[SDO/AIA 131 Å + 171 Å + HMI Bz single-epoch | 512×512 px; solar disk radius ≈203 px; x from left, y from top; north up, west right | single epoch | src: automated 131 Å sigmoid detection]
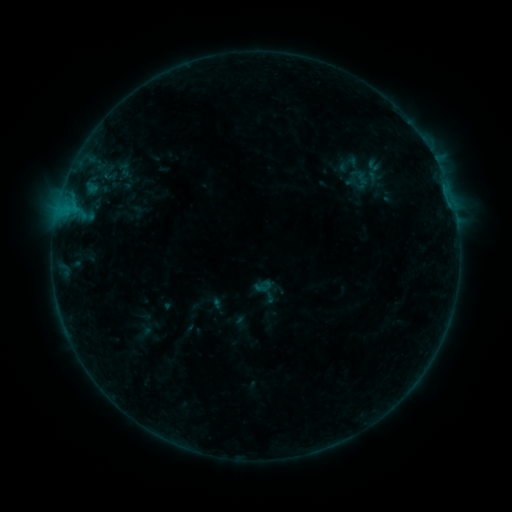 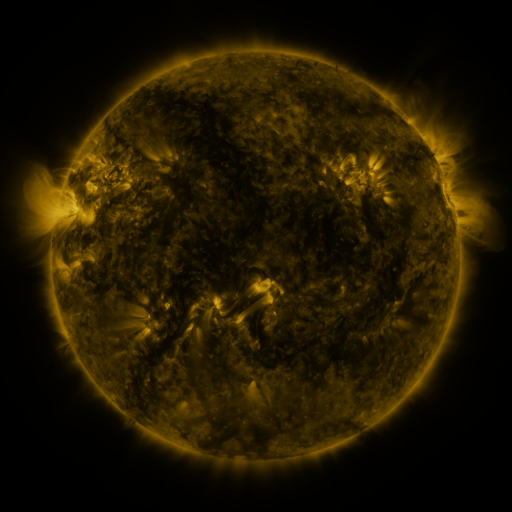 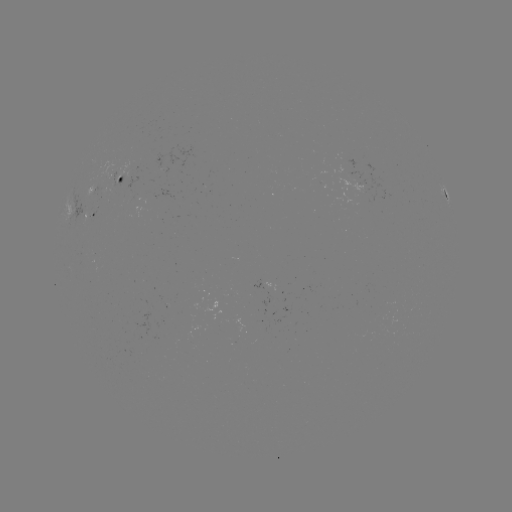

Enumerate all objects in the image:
sigmoid: <bbox>334, 152, 364, 177</bbox>
sigmoid: <bbox>115, 161, 133, 178</bbox>
sigmoid: <bbox>255, 278, 273, 295</bbox>
